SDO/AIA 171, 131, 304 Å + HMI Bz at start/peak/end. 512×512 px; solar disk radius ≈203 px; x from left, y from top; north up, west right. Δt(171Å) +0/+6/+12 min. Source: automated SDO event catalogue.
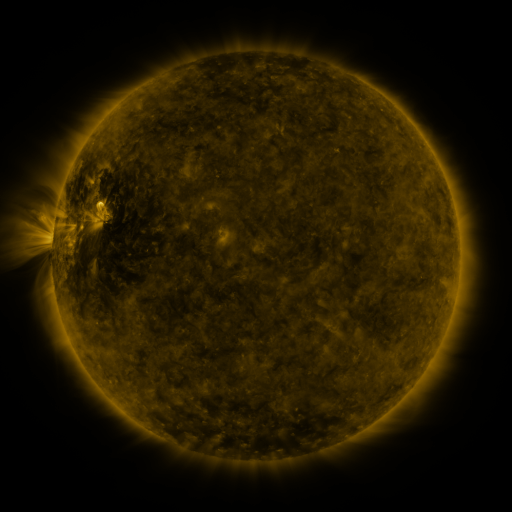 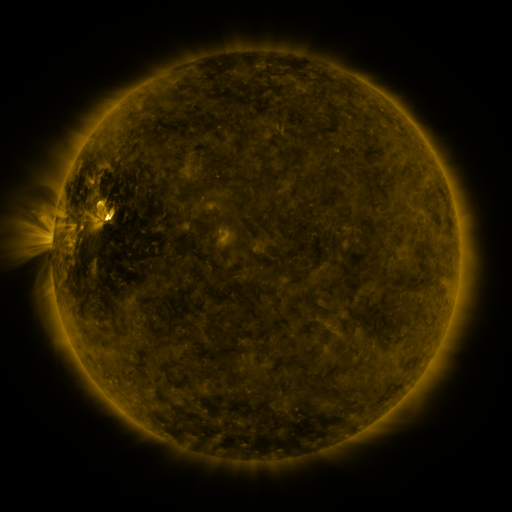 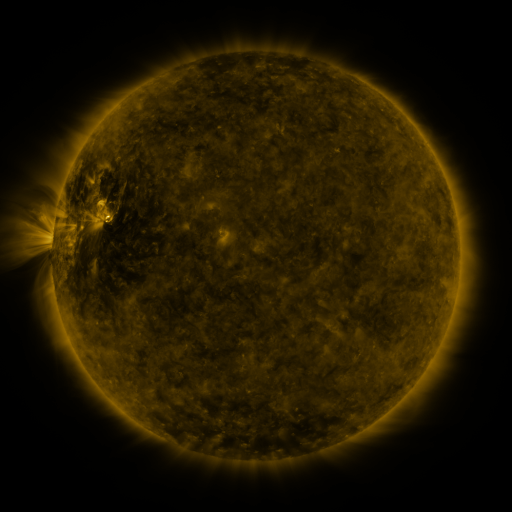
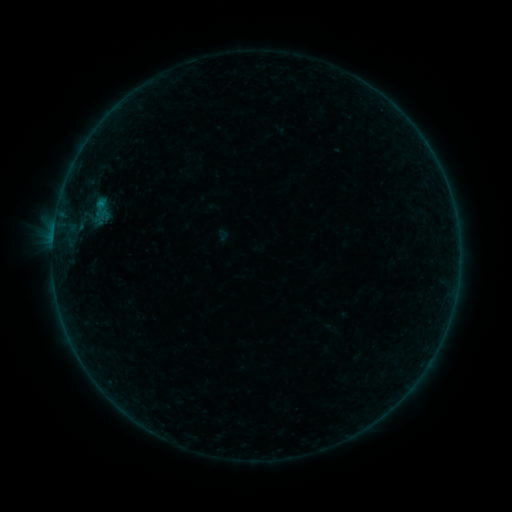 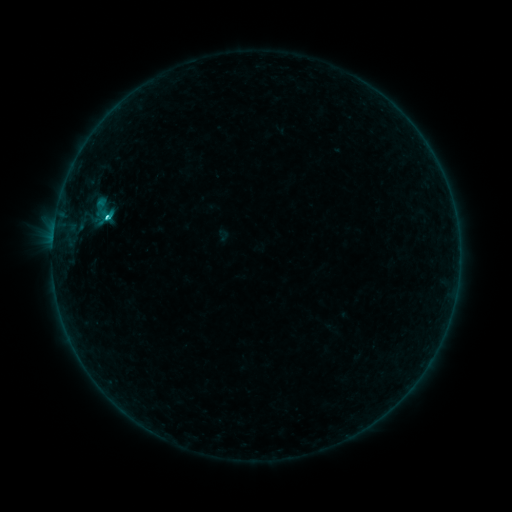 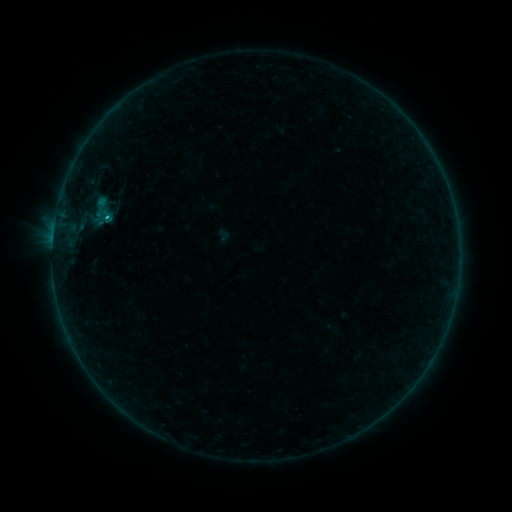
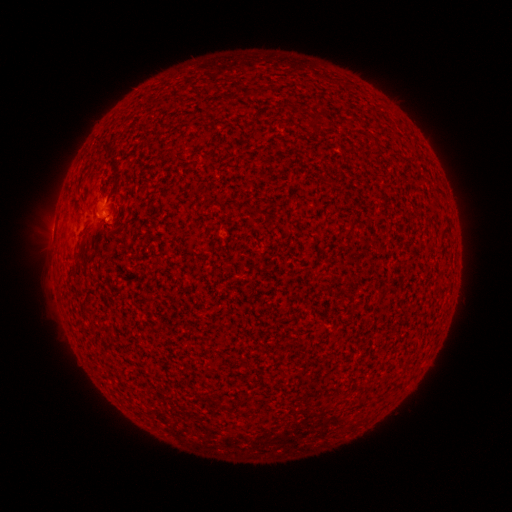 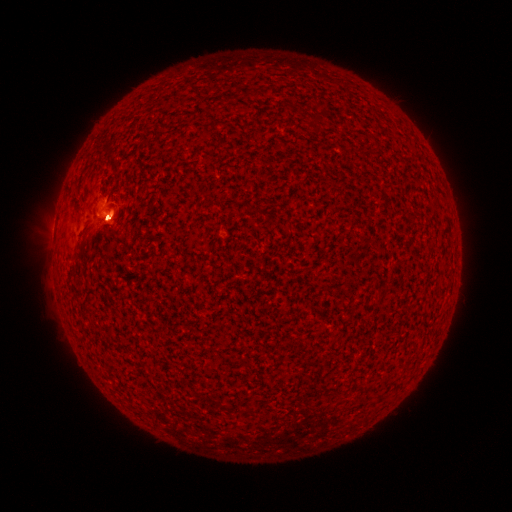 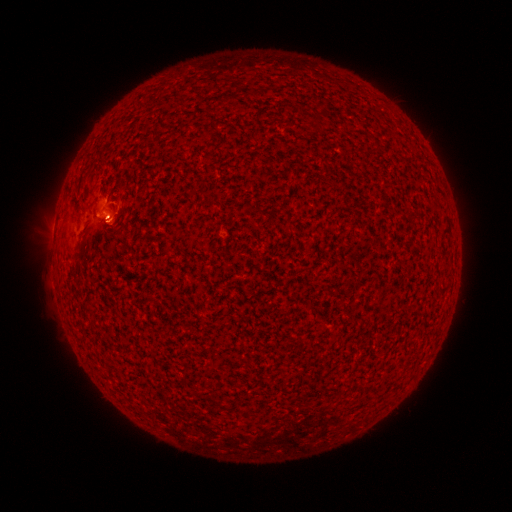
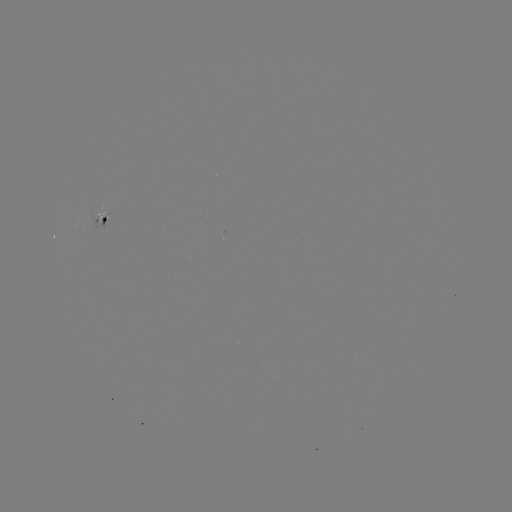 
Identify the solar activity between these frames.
eruption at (111, 220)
